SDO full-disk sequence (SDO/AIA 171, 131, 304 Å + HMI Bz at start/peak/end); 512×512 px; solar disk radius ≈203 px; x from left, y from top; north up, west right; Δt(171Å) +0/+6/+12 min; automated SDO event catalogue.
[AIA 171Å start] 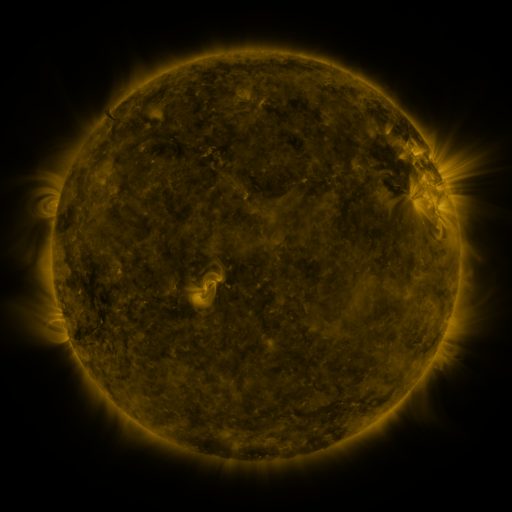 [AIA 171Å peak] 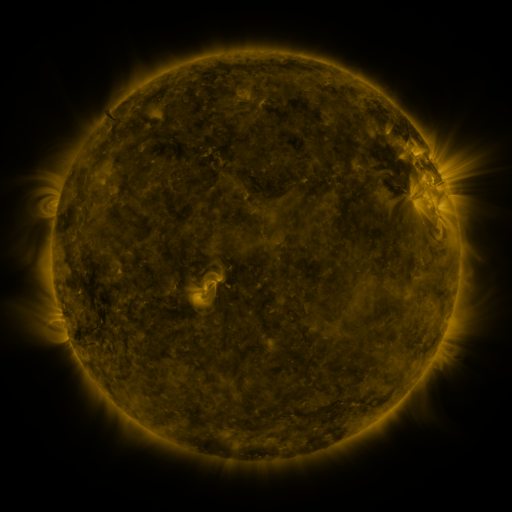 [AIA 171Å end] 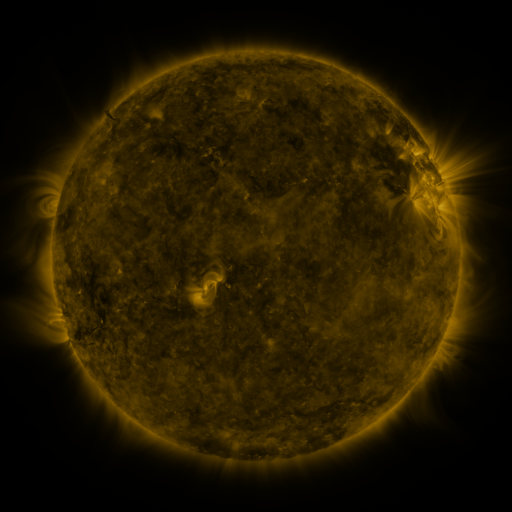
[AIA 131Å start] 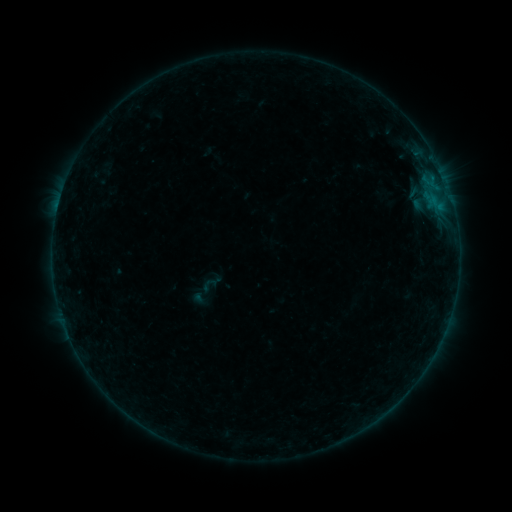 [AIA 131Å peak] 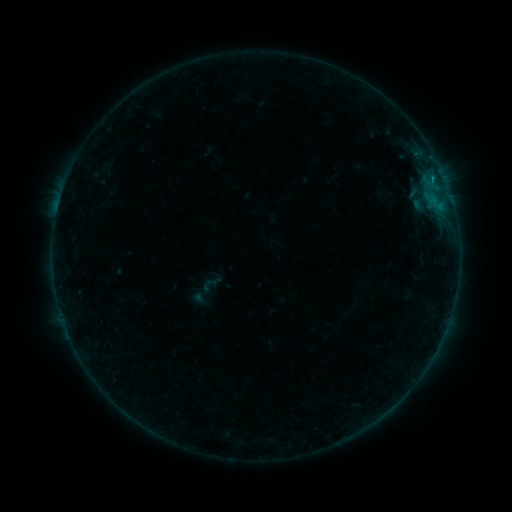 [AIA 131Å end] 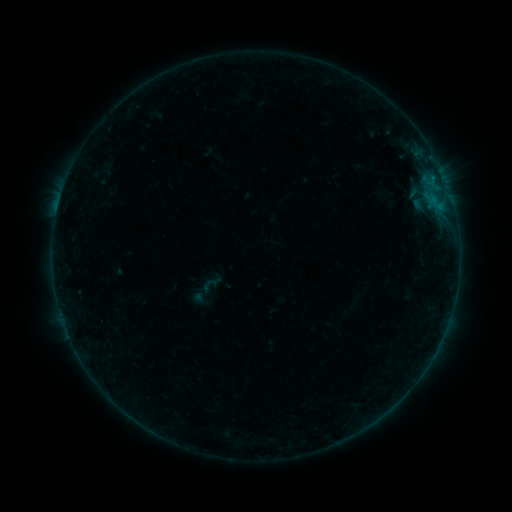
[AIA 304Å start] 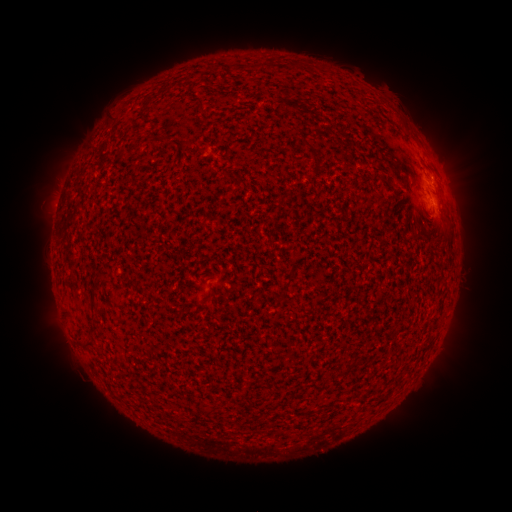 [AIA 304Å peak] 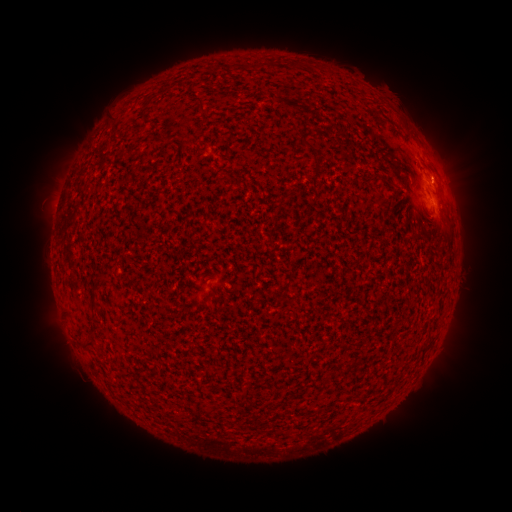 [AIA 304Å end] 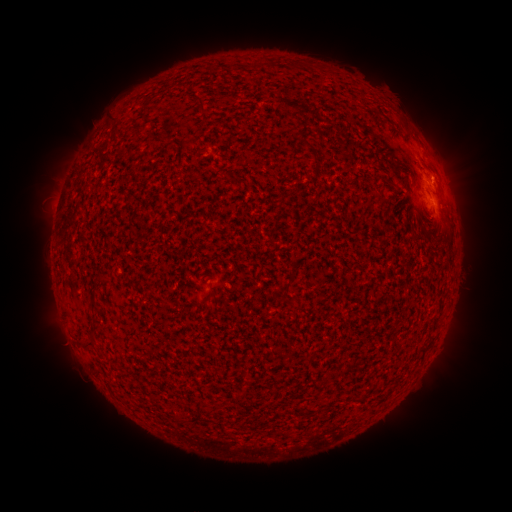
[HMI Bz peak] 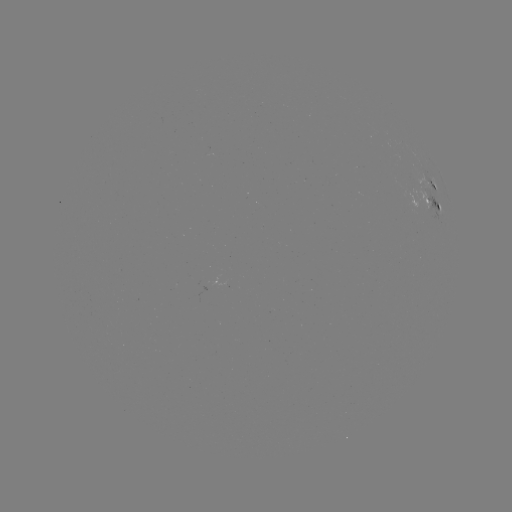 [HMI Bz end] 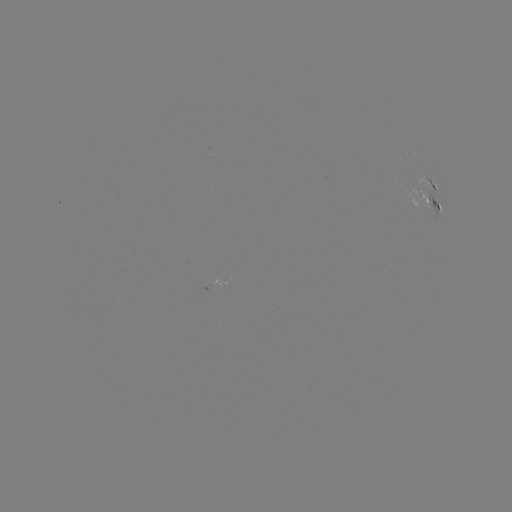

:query B3.7 flare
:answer (432, 183)